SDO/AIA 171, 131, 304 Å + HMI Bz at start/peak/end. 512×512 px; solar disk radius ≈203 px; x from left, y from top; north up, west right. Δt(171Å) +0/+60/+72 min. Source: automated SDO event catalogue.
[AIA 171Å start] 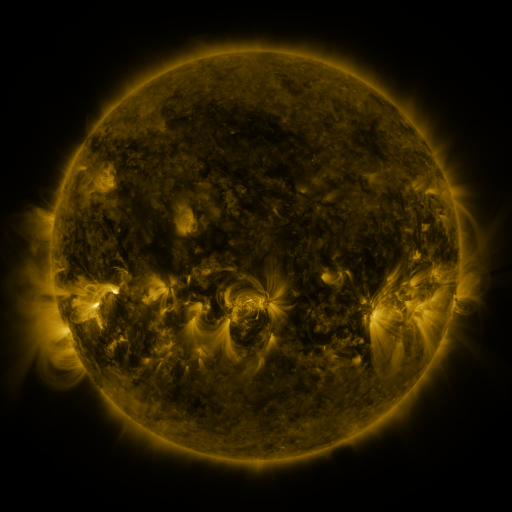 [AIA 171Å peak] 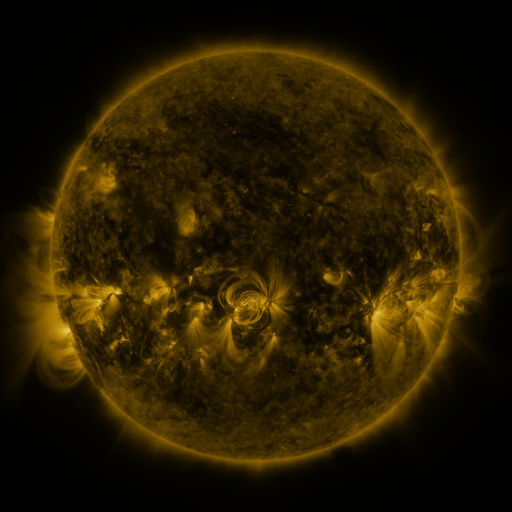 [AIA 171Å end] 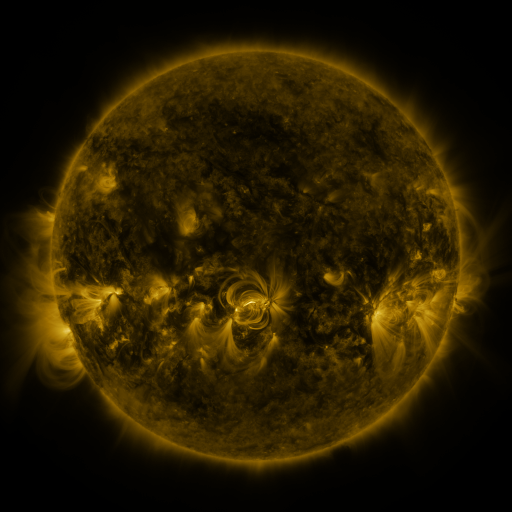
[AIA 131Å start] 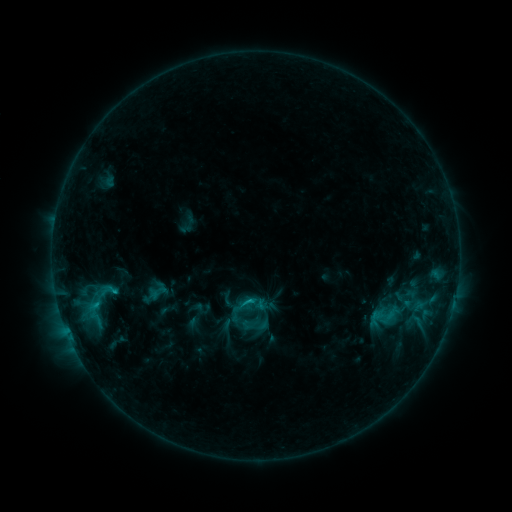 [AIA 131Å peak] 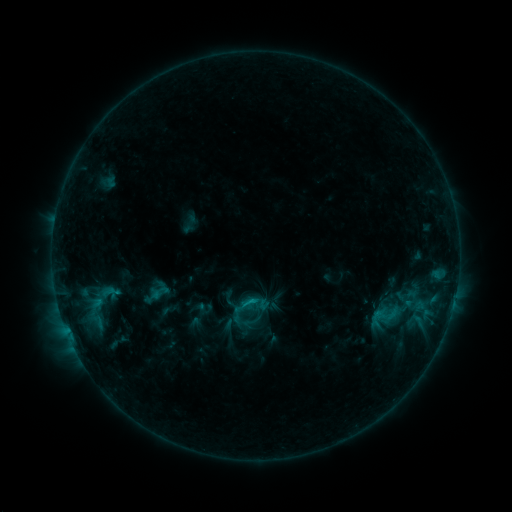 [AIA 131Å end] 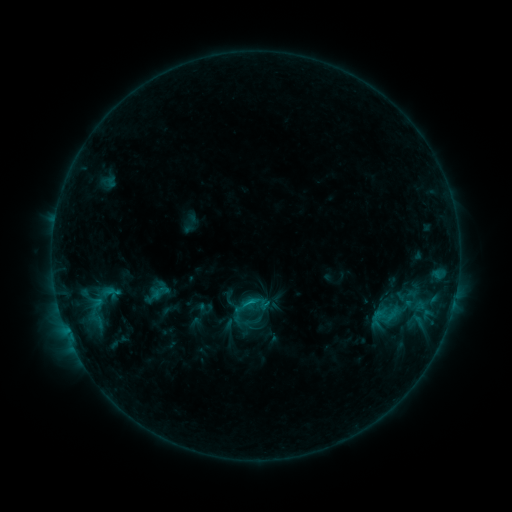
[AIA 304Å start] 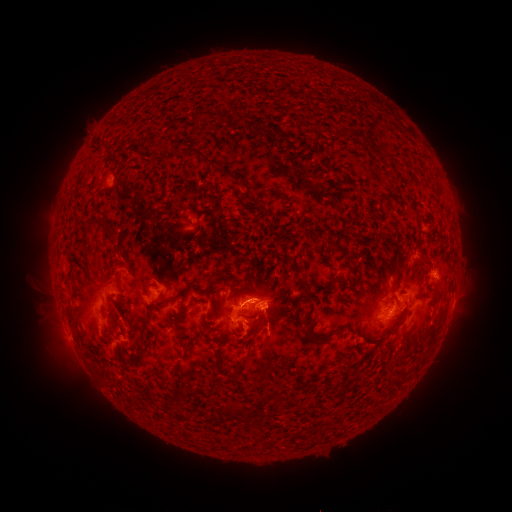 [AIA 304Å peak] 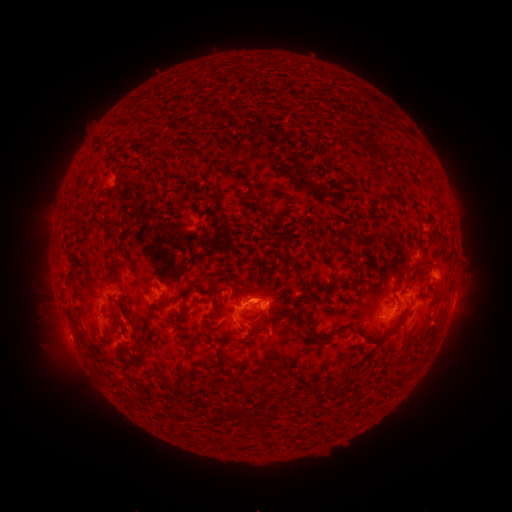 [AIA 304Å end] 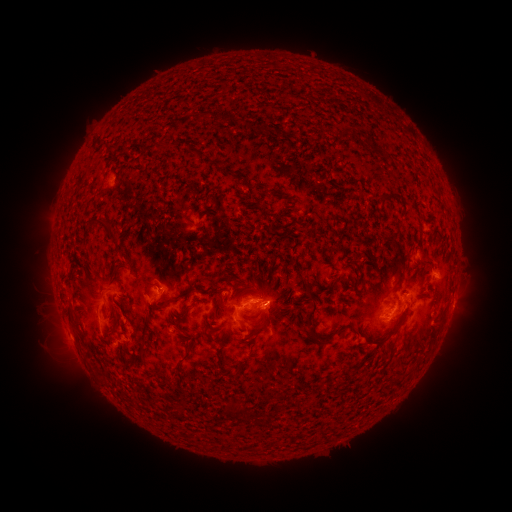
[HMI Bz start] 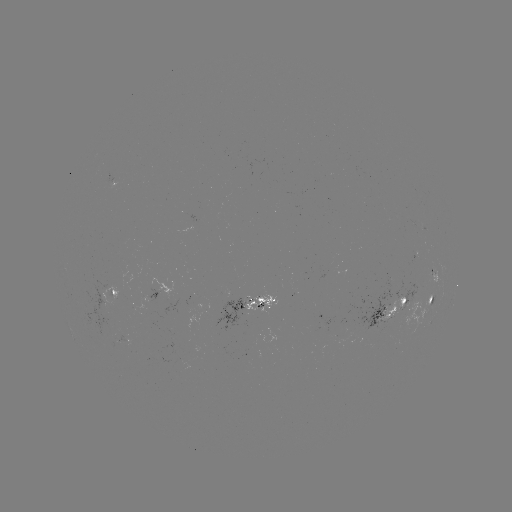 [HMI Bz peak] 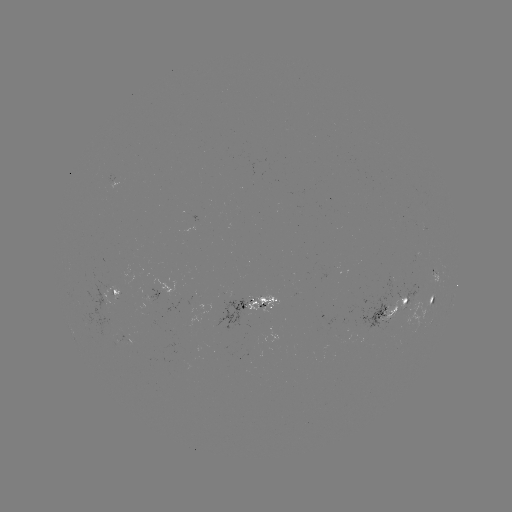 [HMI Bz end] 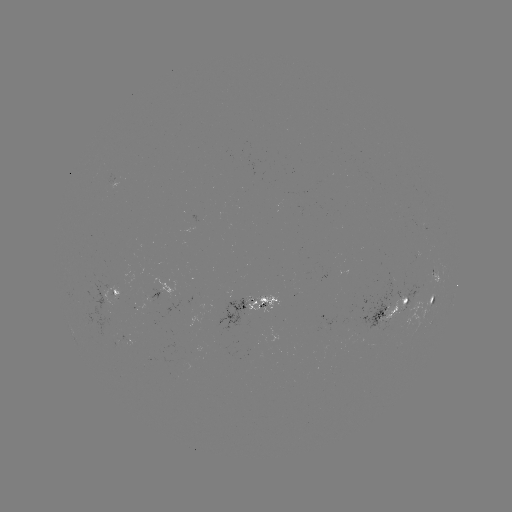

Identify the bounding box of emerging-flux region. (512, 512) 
[404, 272, 430, 305].